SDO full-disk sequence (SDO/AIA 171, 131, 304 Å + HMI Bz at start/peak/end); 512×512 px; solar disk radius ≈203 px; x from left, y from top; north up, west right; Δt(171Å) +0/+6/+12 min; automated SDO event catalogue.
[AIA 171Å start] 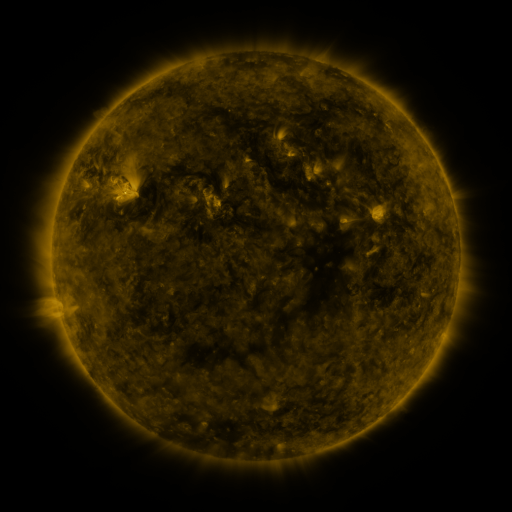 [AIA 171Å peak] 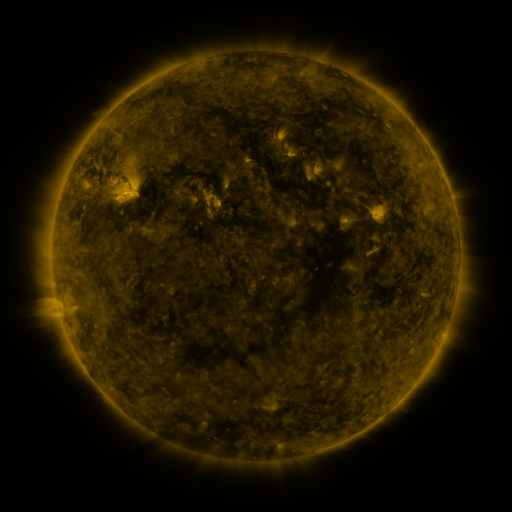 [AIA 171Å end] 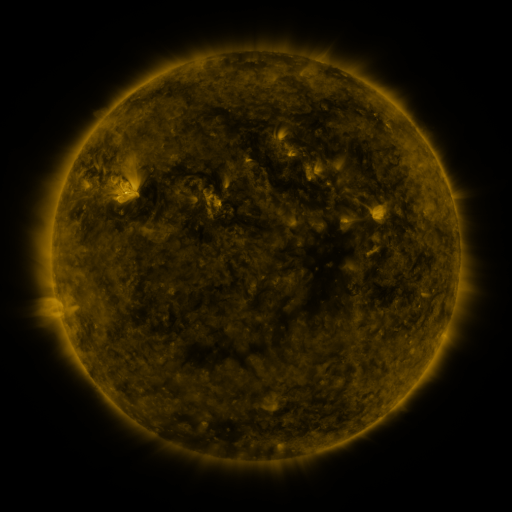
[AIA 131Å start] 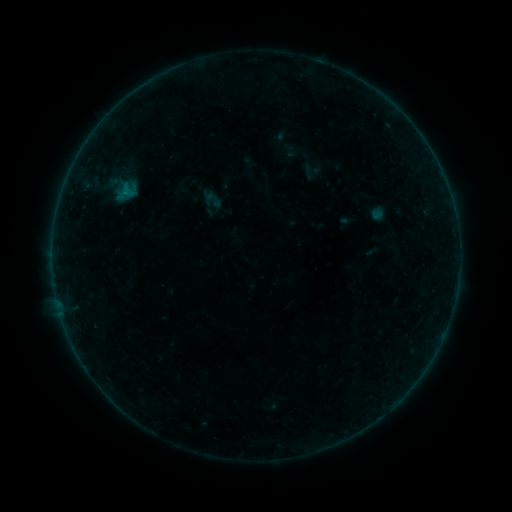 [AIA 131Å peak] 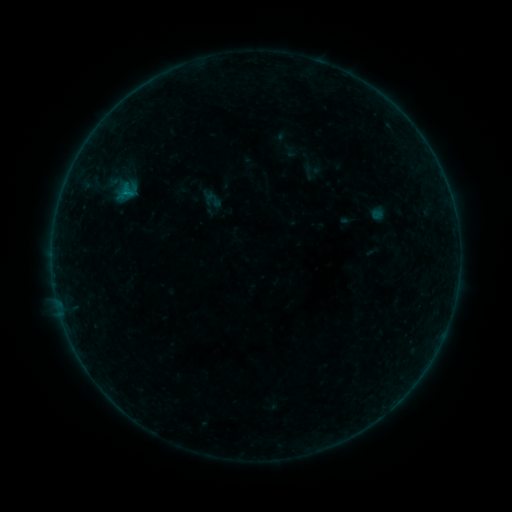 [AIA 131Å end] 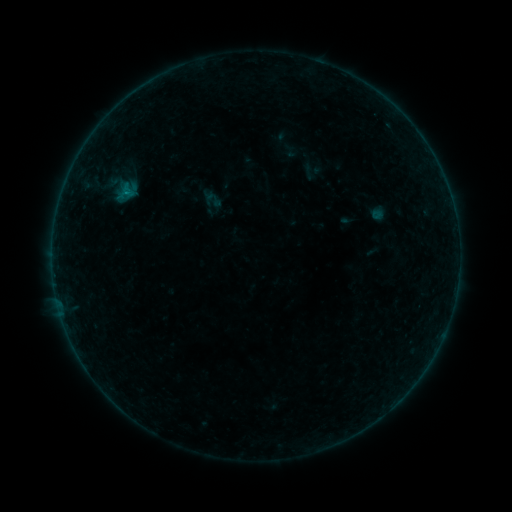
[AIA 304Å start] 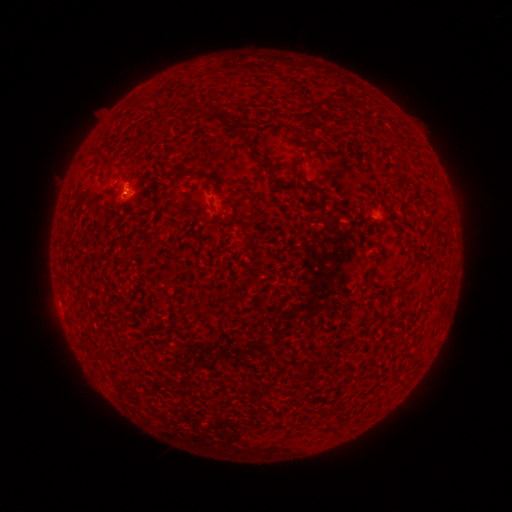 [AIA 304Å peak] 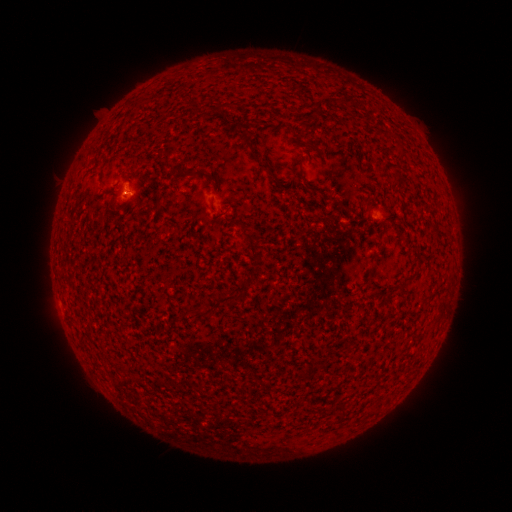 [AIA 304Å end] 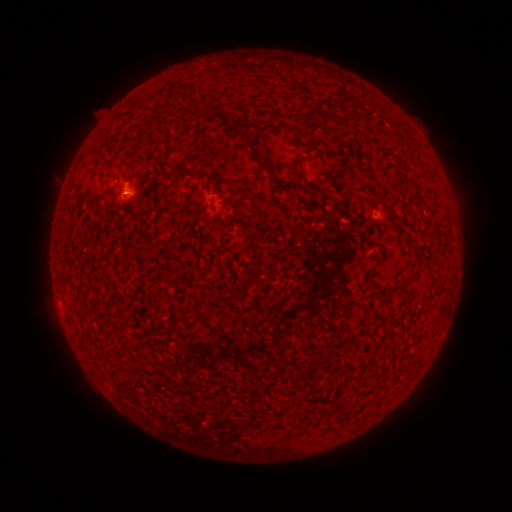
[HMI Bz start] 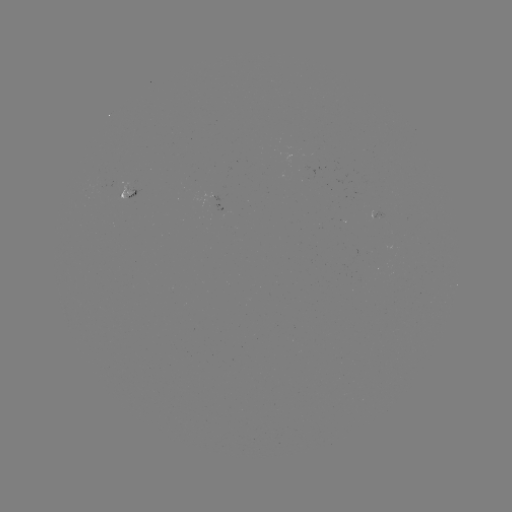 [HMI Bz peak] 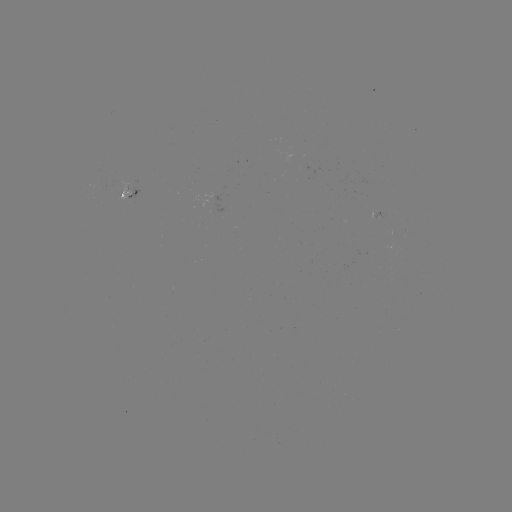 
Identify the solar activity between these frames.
B1.0 flare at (130, 195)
